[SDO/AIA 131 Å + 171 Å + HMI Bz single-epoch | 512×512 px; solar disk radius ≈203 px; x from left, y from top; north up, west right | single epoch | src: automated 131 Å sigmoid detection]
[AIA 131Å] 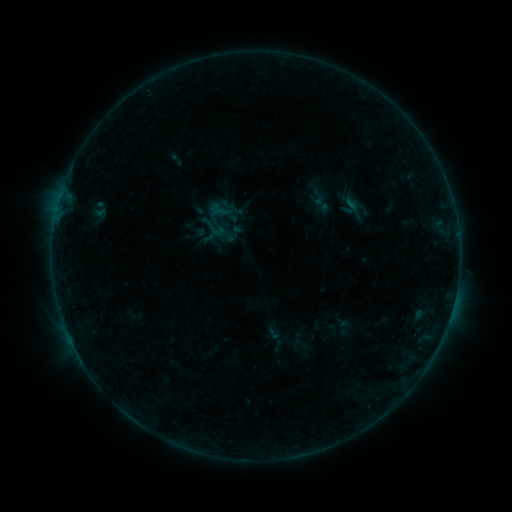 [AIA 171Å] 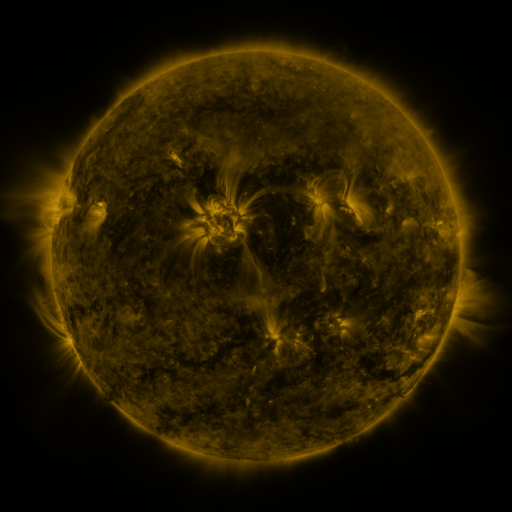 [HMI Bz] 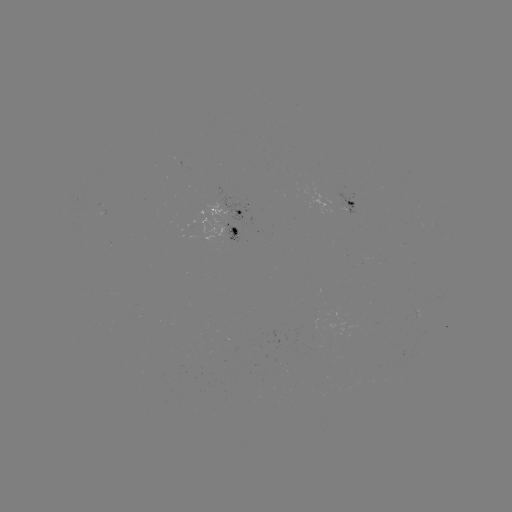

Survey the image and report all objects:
sigmoid: [338, 197, 362, 216]
sigmoid: [209, 225, 232, 248]
